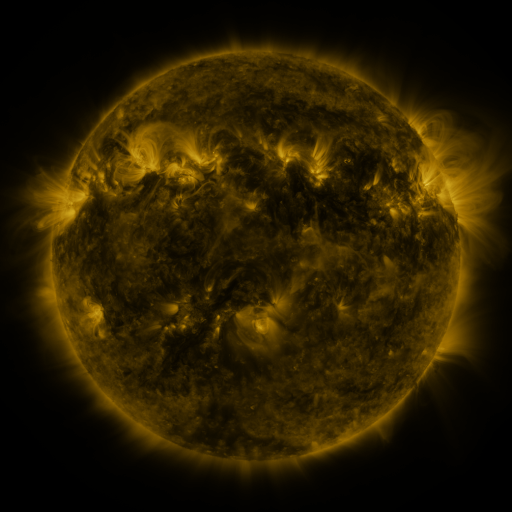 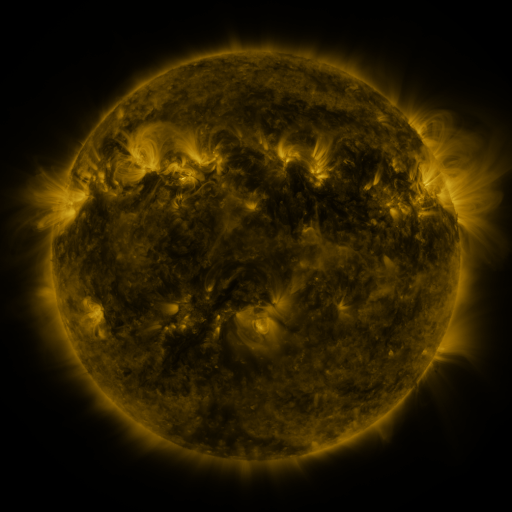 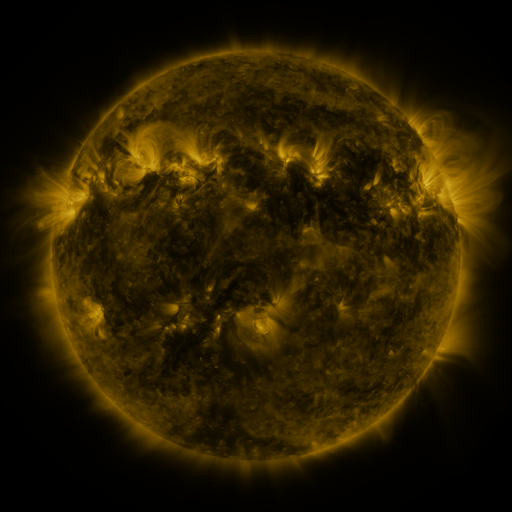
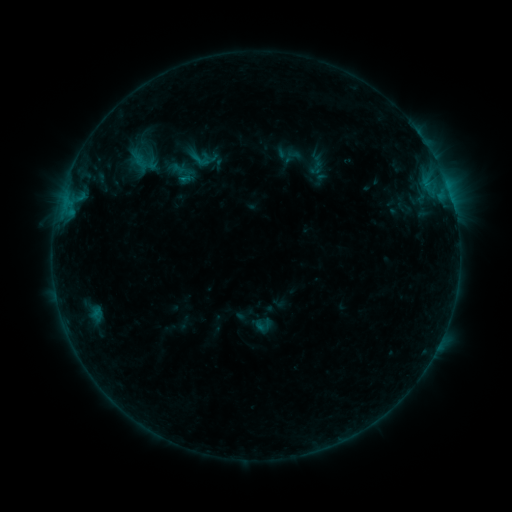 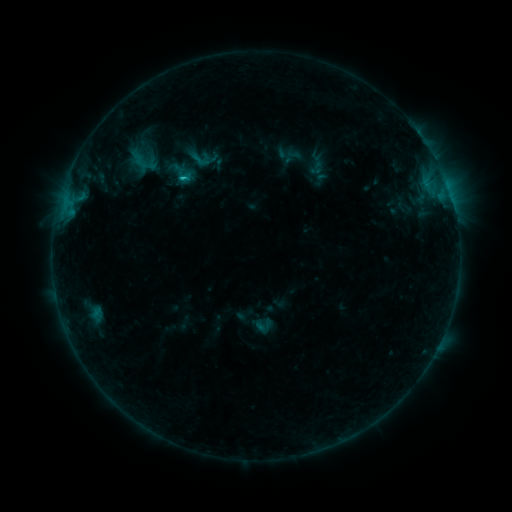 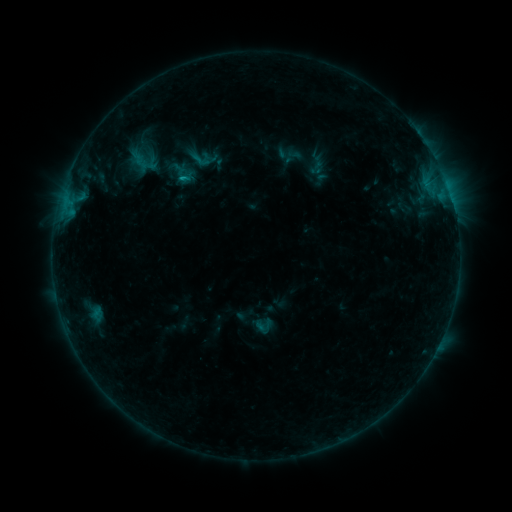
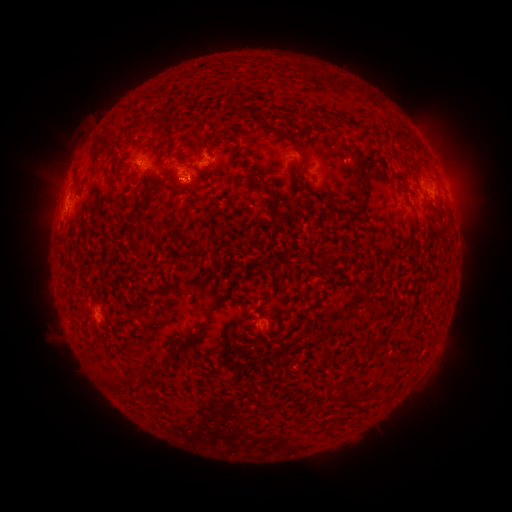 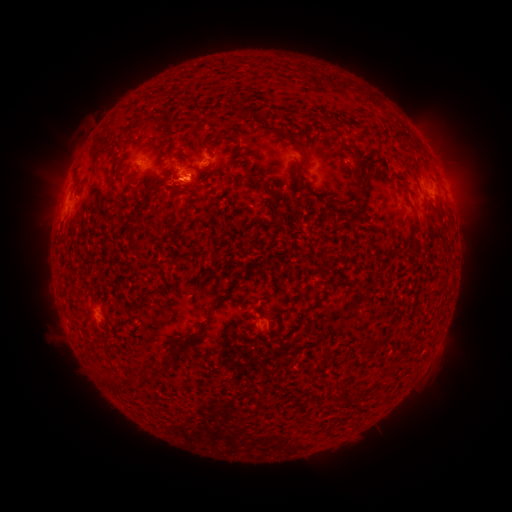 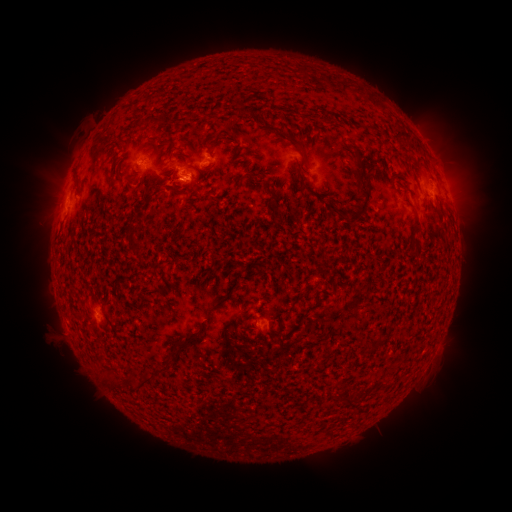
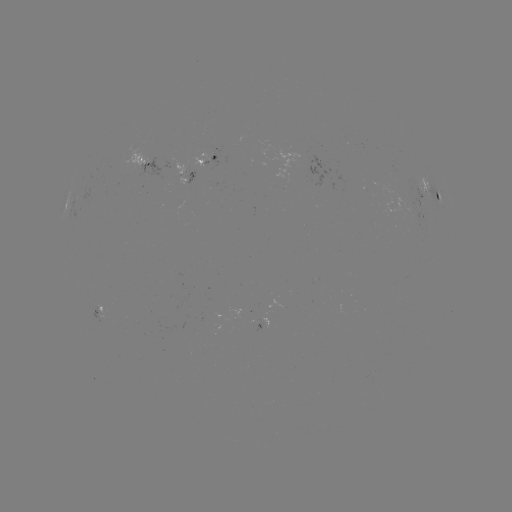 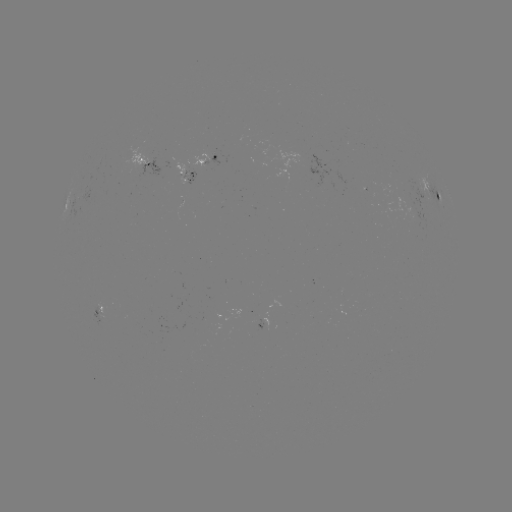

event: flare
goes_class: B7.4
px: (185, 180)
